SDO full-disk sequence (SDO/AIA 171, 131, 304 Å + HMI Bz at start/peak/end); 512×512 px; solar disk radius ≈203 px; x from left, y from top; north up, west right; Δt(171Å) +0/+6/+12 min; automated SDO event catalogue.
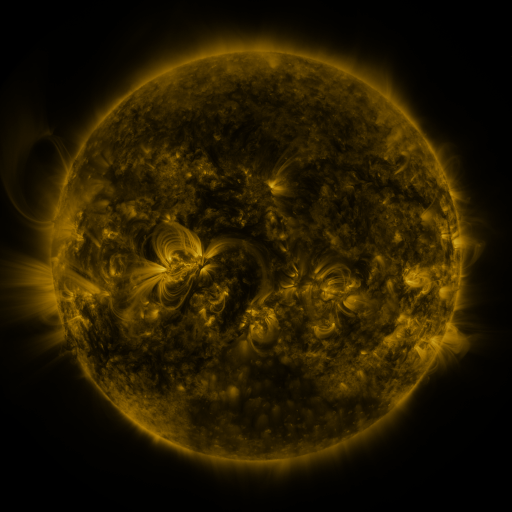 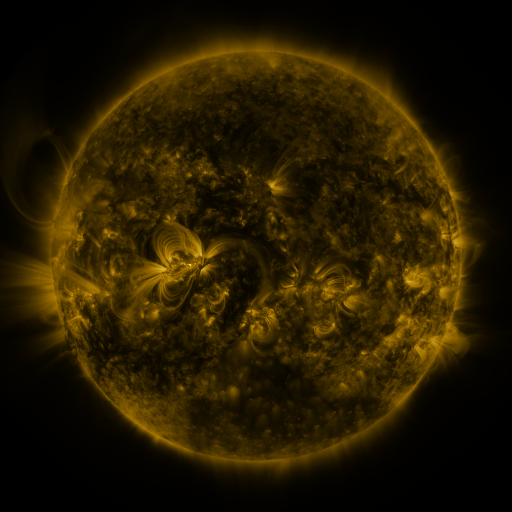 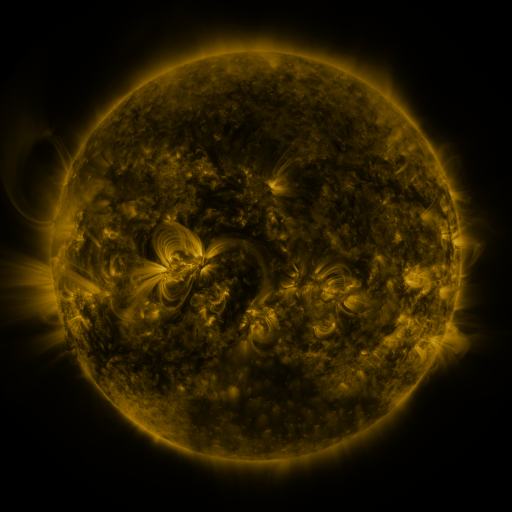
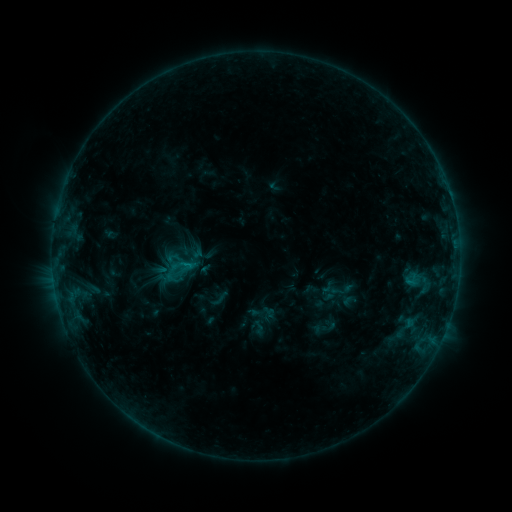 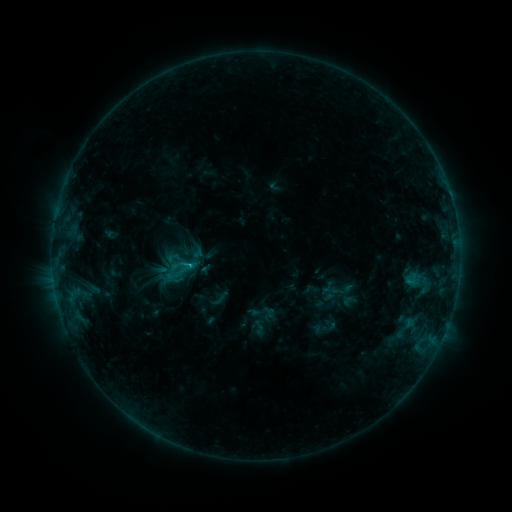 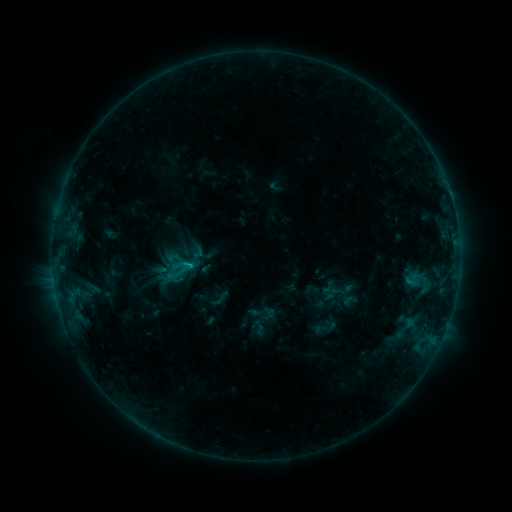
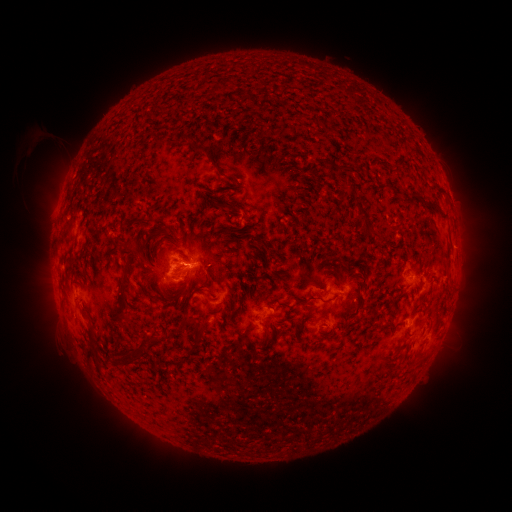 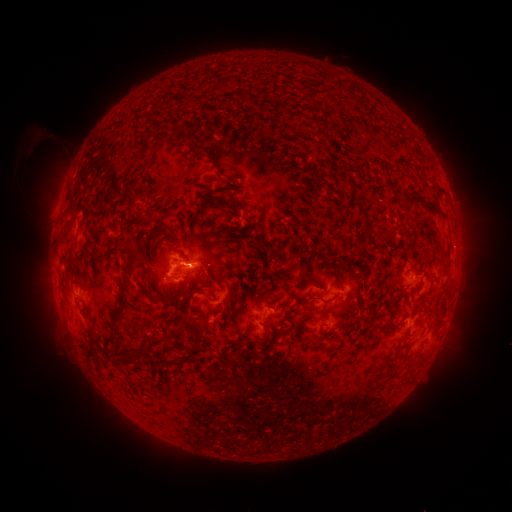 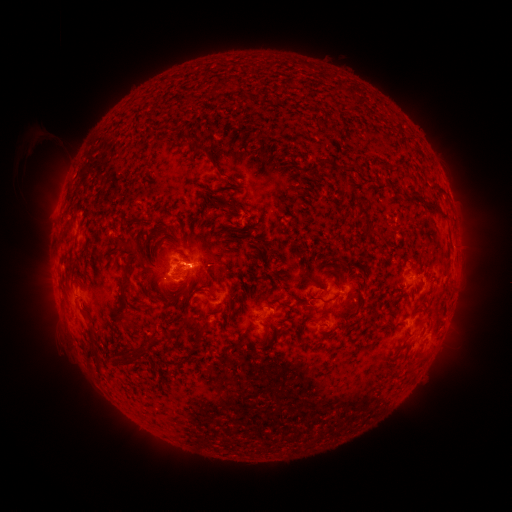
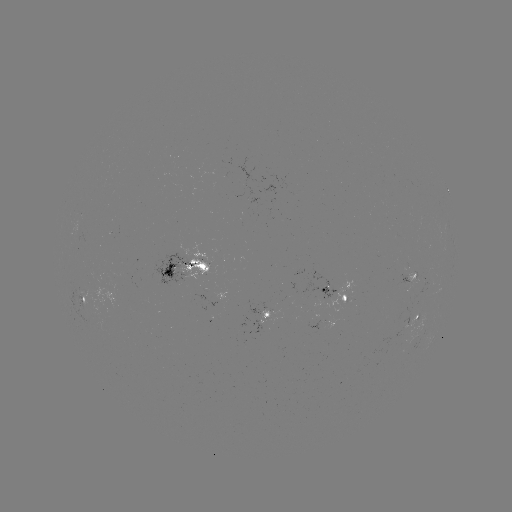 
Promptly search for C1.1 flare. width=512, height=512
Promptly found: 189,262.